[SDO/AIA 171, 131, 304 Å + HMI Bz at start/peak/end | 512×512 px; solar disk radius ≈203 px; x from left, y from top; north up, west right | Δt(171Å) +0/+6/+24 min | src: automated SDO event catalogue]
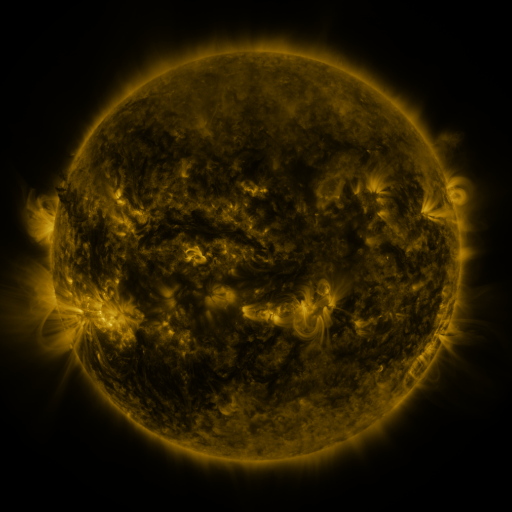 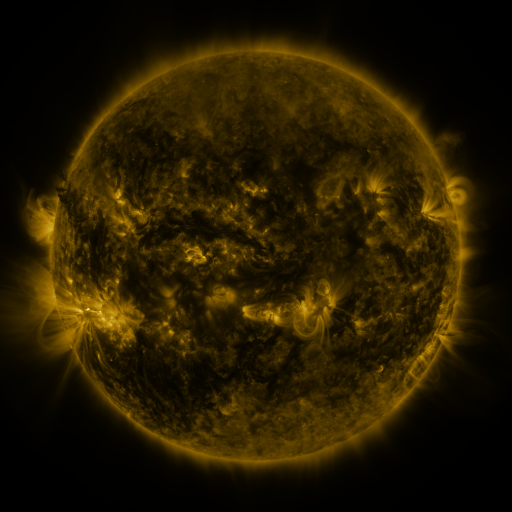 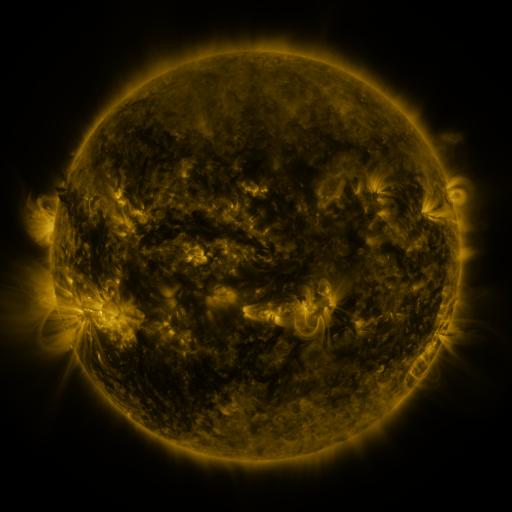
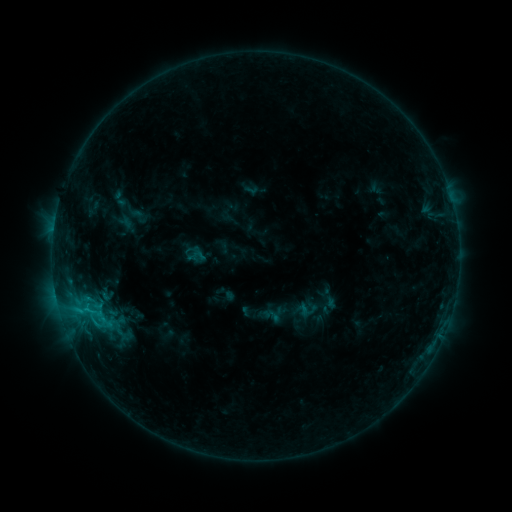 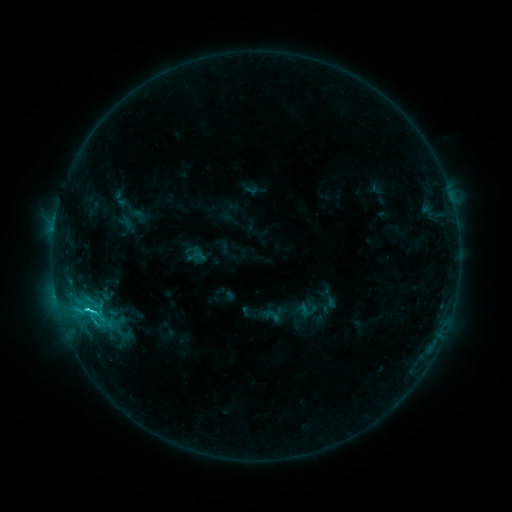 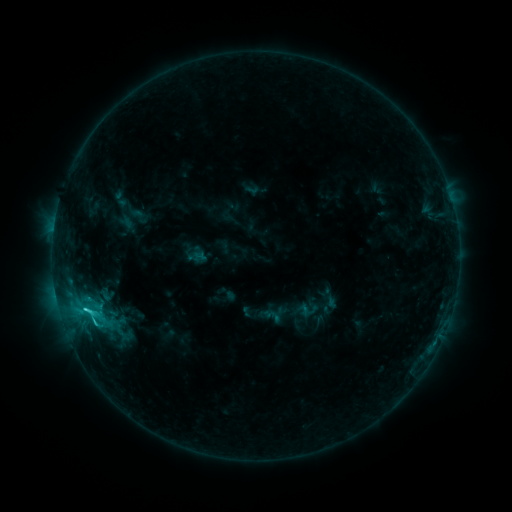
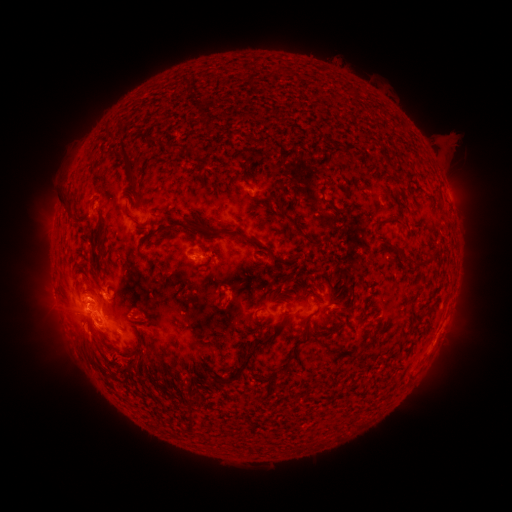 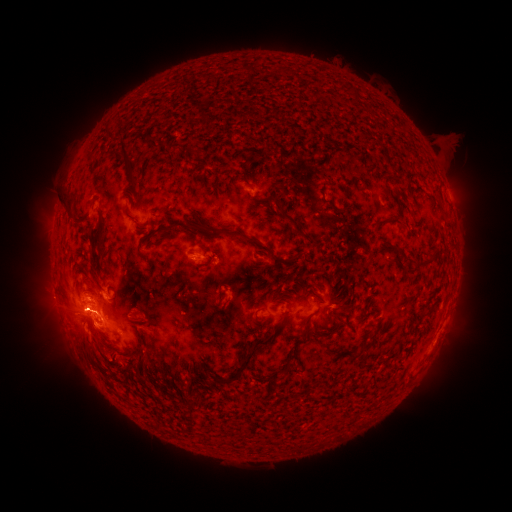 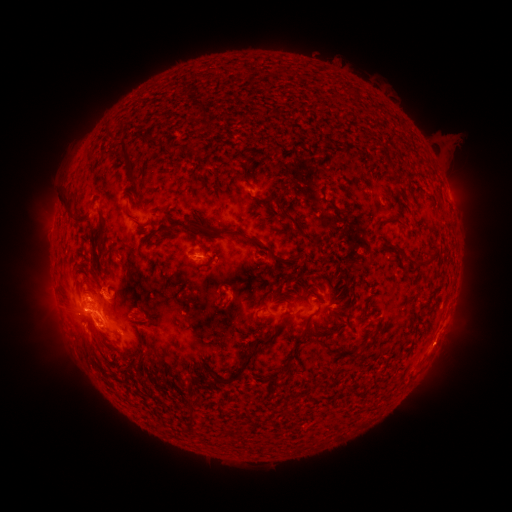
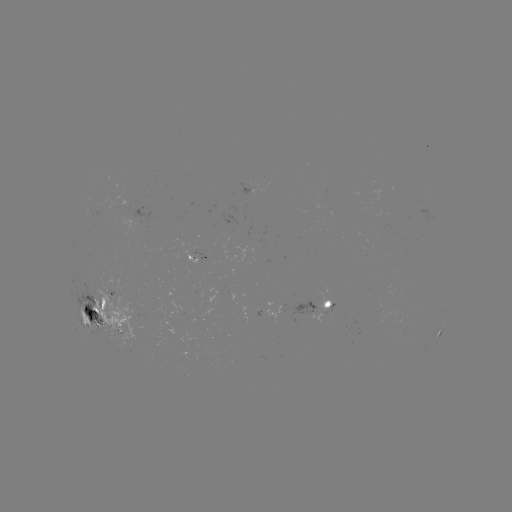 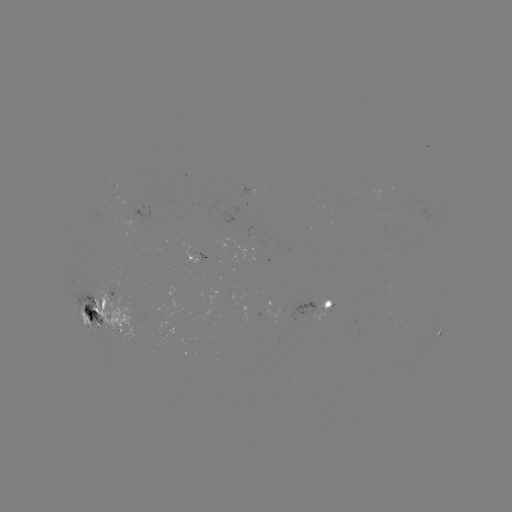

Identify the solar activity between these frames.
C5.8 flare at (88, 308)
